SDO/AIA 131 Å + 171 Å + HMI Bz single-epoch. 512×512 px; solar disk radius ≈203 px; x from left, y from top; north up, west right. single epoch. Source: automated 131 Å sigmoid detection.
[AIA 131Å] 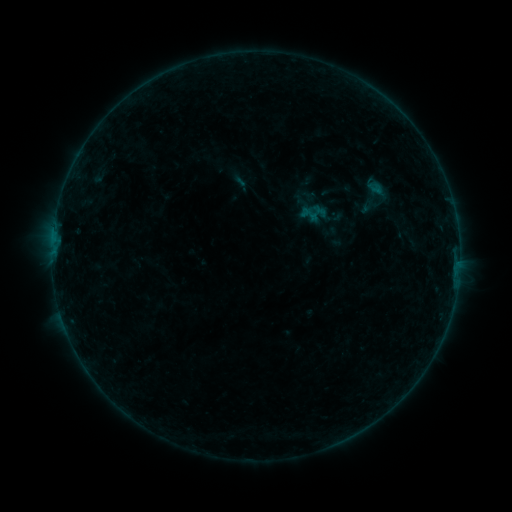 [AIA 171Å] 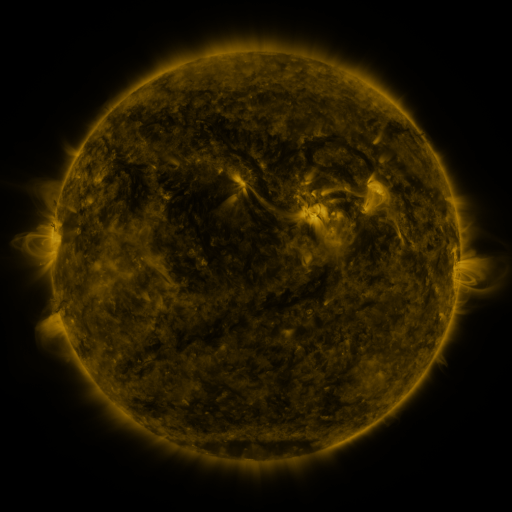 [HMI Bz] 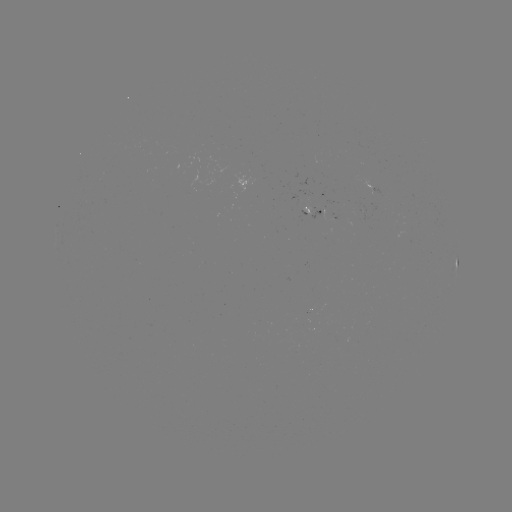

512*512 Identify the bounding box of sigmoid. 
[345, 169, 403, 223].